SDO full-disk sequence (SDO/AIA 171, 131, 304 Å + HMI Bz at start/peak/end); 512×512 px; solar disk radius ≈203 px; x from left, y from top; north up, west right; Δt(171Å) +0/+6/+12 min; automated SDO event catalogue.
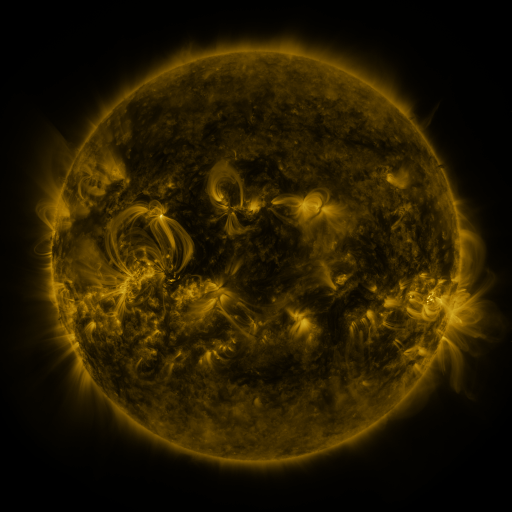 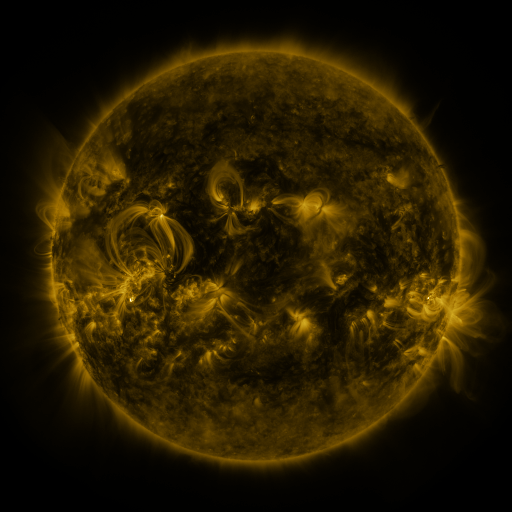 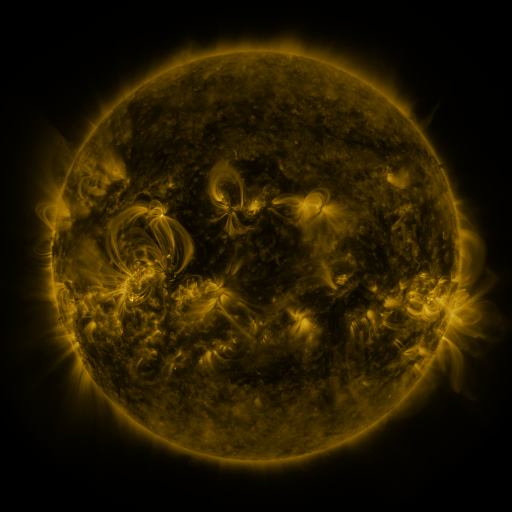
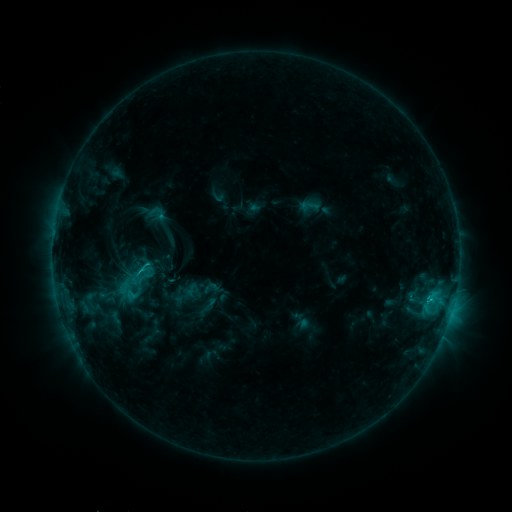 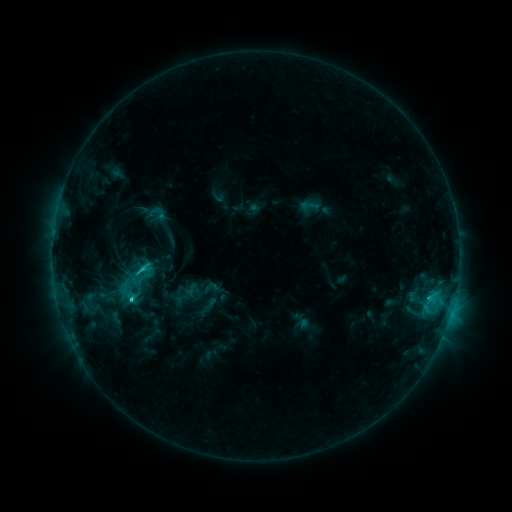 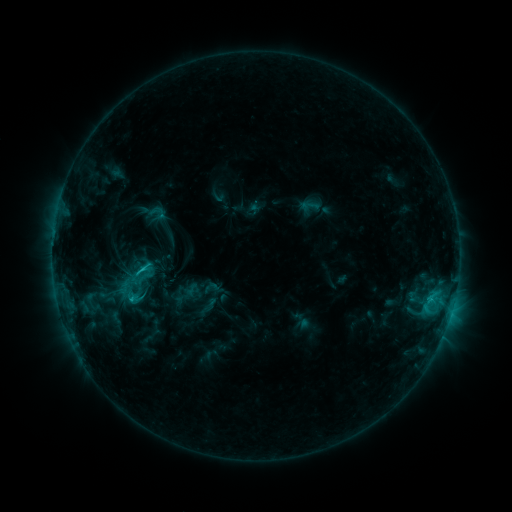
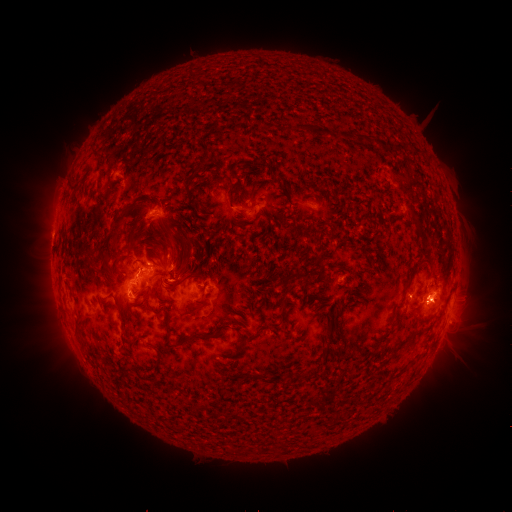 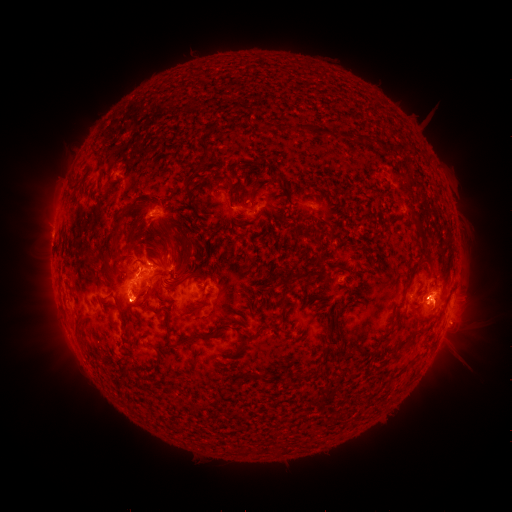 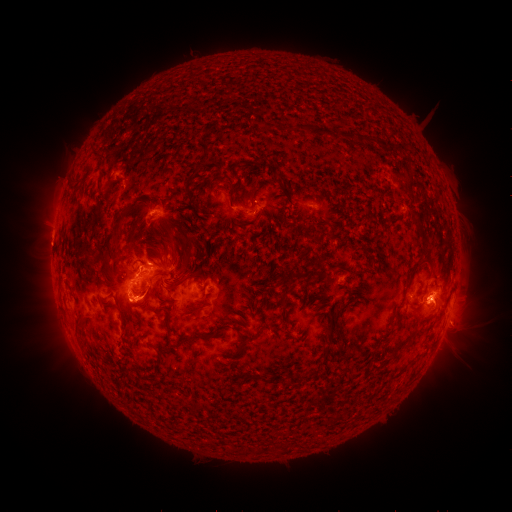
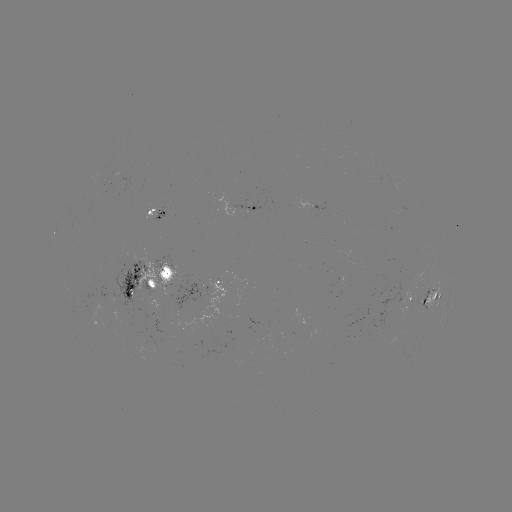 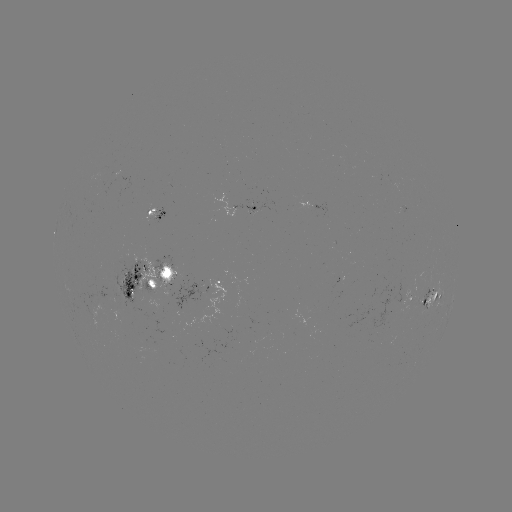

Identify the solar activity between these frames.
eruption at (141, 309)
